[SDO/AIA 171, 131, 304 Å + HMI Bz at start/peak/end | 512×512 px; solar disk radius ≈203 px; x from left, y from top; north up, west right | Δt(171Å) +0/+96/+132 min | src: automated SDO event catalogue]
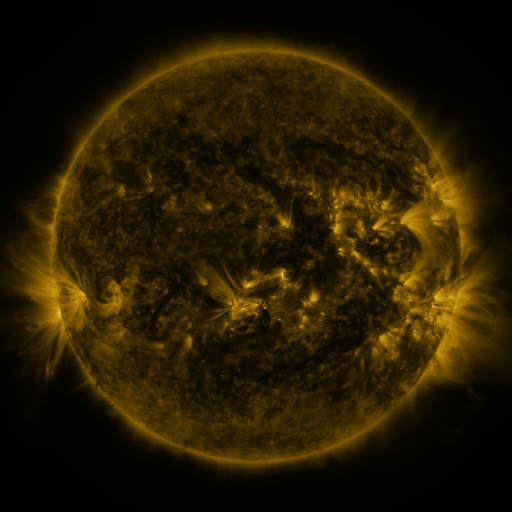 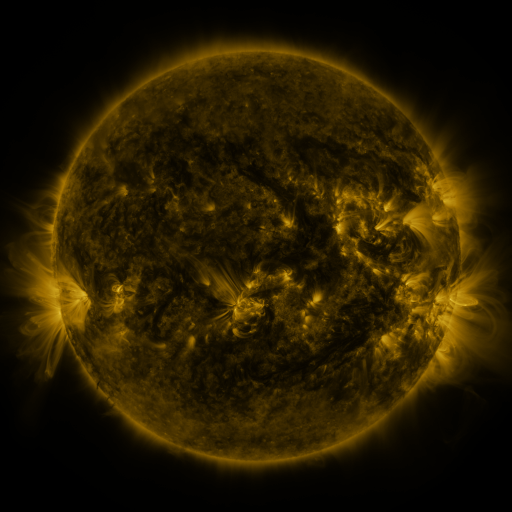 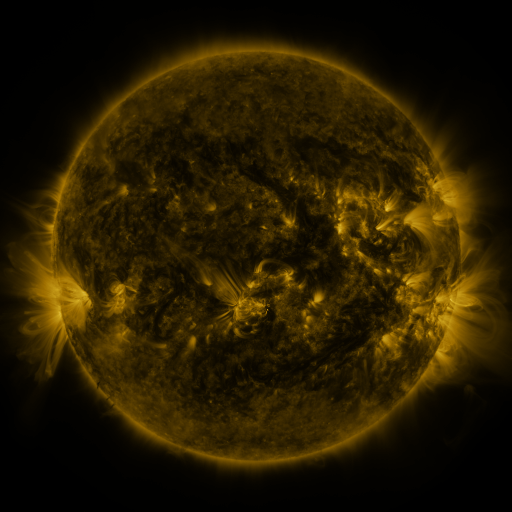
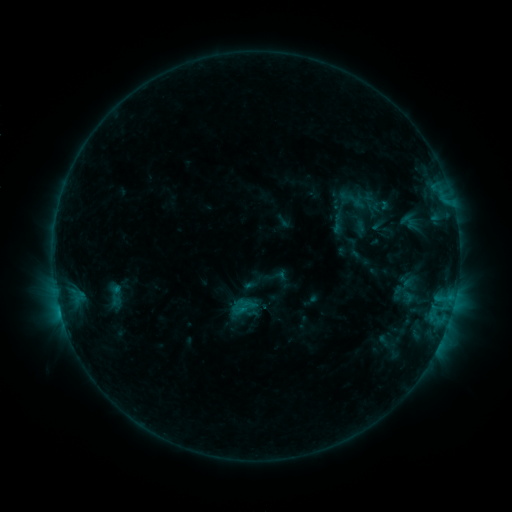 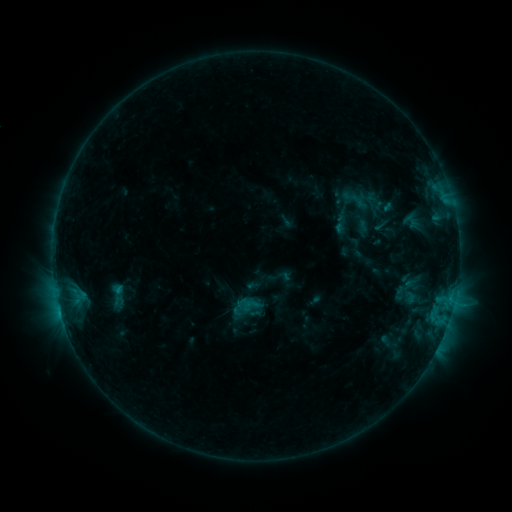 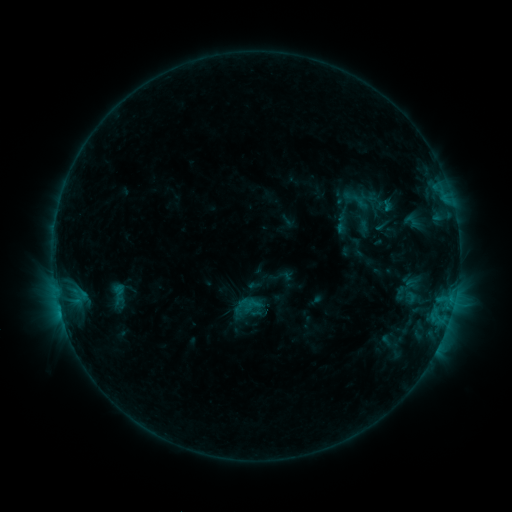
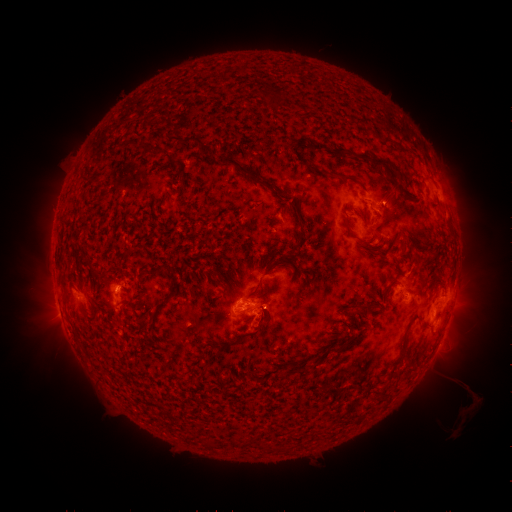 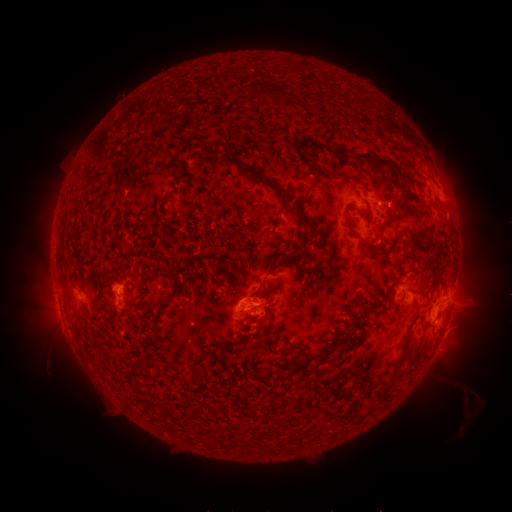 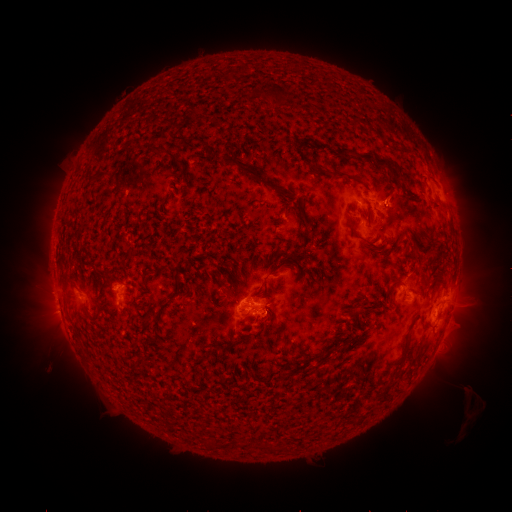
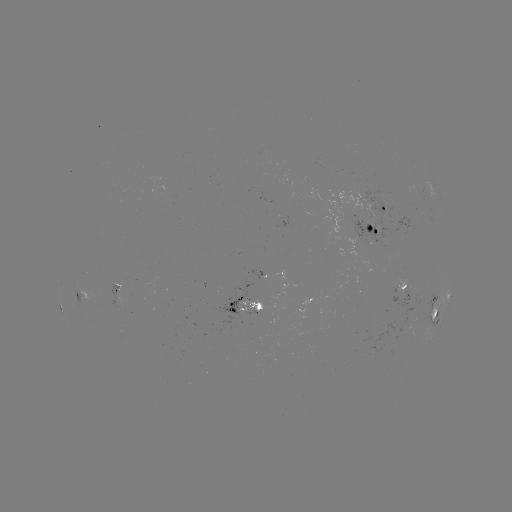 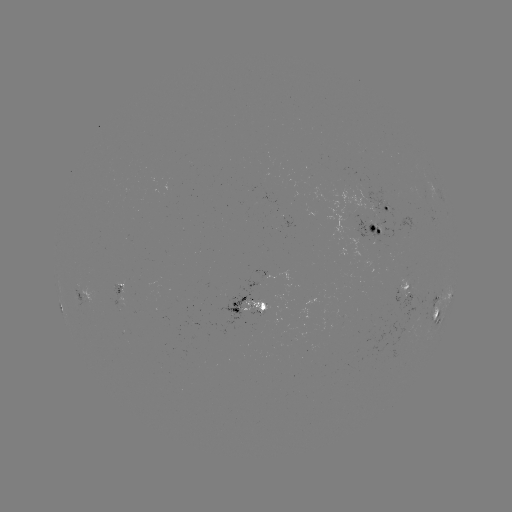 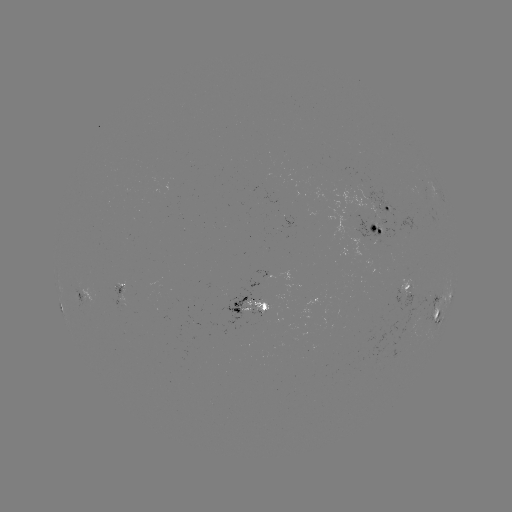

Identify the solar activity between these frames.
emerging-flux region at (120, 288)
